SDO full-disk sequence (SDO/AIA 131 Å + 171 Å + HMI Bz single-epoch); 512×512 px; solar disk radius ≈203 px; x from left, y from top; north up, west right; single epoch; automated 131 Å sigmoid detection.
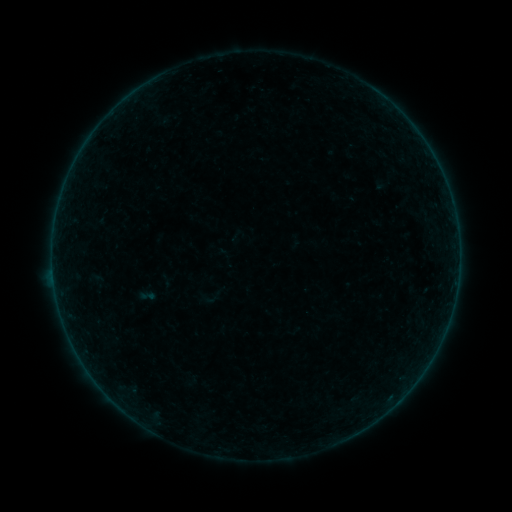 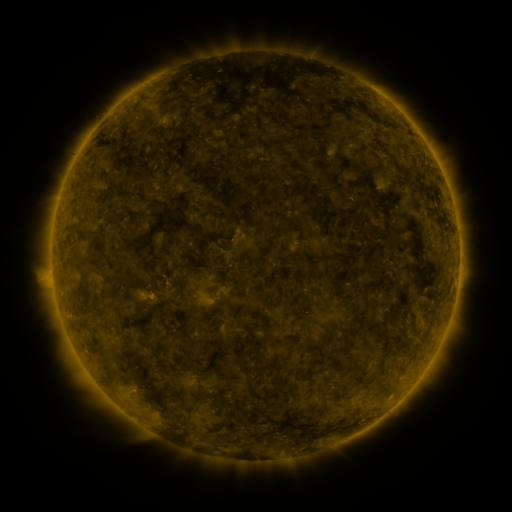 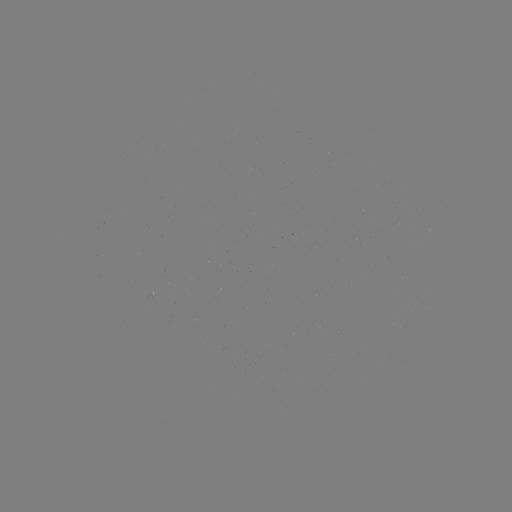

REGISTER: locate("sigmoid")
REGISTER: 147,296